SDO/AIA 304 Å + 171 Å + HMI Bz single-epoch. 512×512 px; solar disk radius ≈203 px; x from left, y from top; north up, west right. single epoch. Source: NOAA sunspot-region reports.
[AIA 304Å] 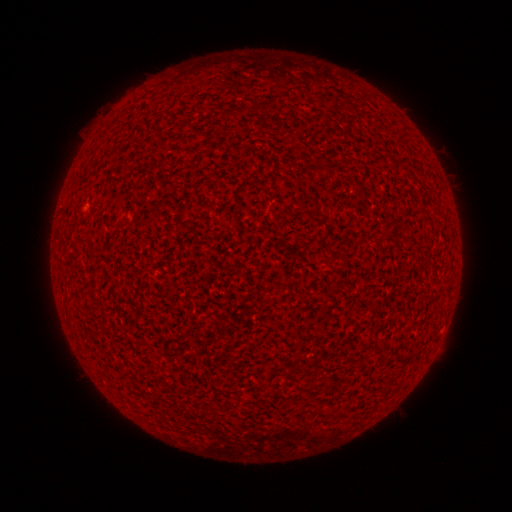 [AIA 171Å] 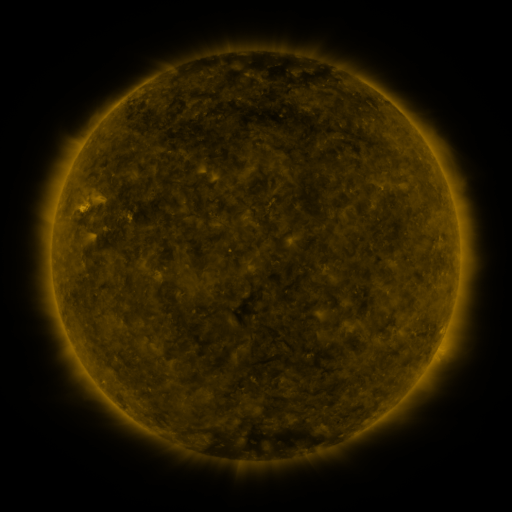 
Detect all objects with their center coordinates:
(none)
